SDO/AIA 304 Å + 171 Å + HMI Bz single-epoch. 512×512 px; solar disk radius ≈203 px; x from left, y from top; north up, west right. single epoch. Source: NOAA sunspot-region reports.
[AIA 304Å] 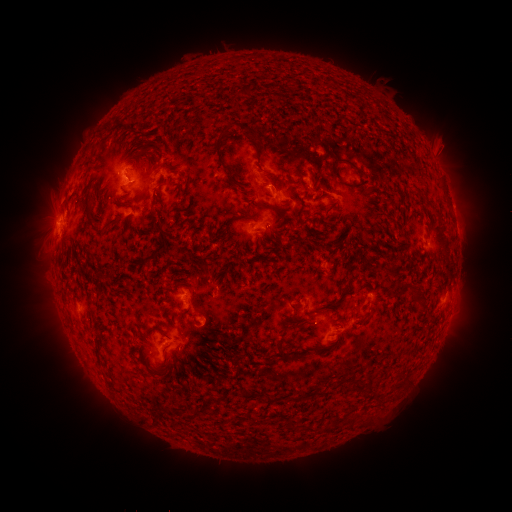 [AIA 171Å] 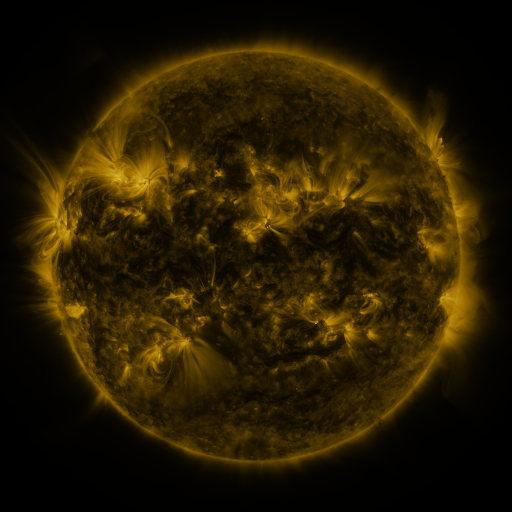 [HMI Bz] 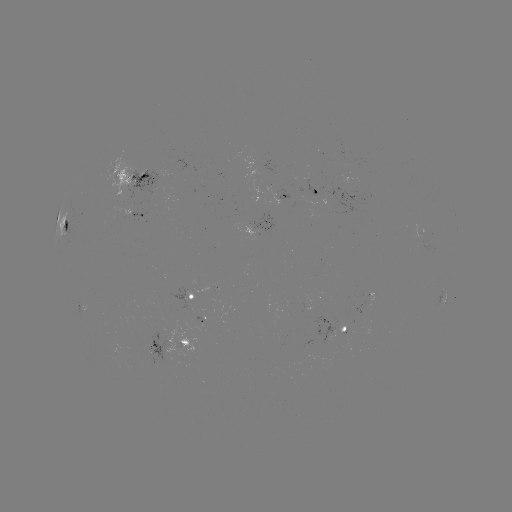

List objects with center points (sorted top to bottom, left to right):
spotted active region: (137, 179)
spotted active region: (320, 190)
spotted active region: (287, 196)
spotted active region: (453, 209)
spotted active region: (140, 212)
spotted active region: (65, 223)
spotted active region: (195, 295)
spotted active region: (443, 300)
spotted active region: (345, 330)
spotted active region: (167, 347)
